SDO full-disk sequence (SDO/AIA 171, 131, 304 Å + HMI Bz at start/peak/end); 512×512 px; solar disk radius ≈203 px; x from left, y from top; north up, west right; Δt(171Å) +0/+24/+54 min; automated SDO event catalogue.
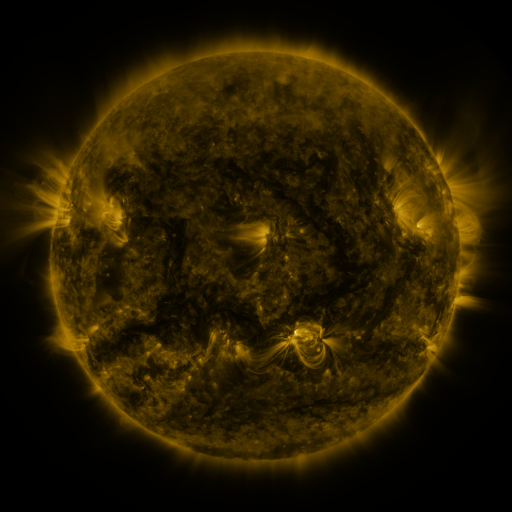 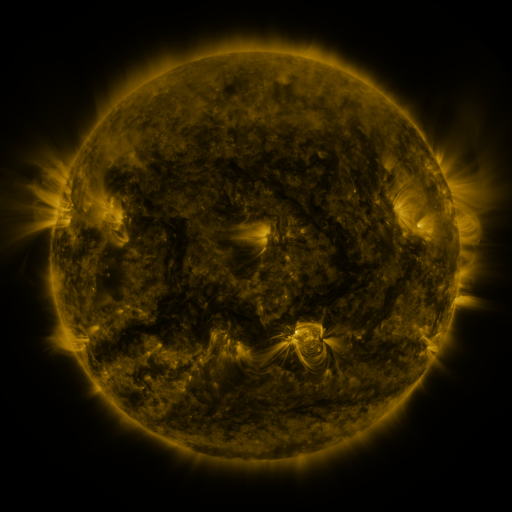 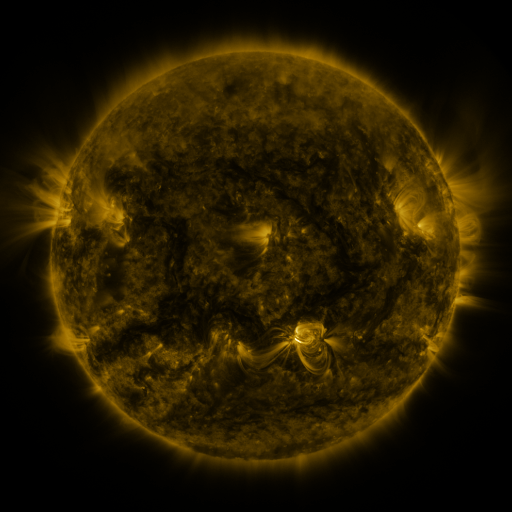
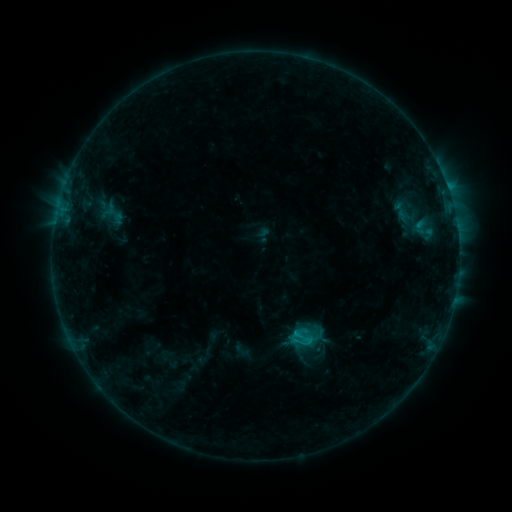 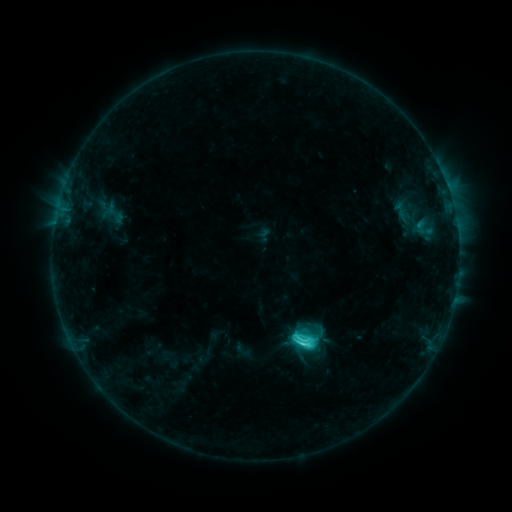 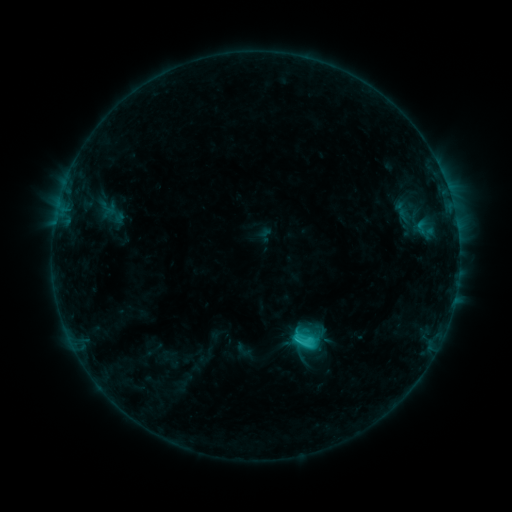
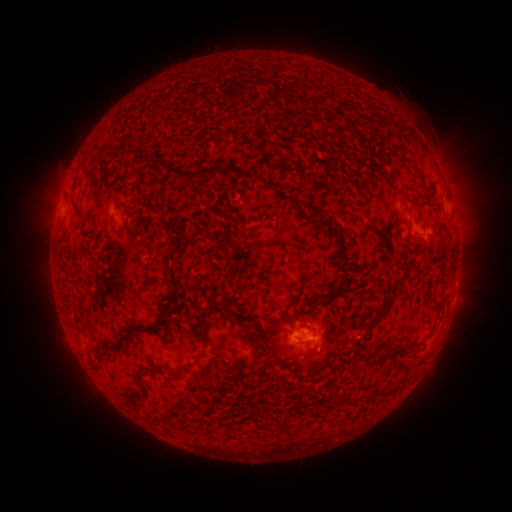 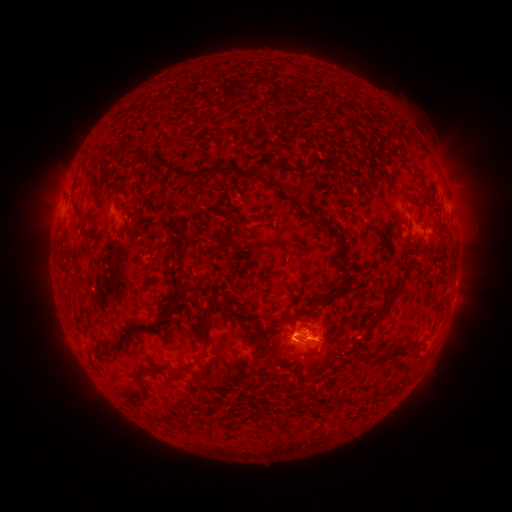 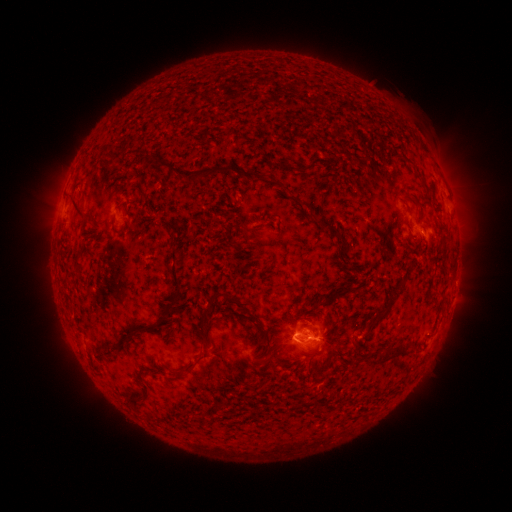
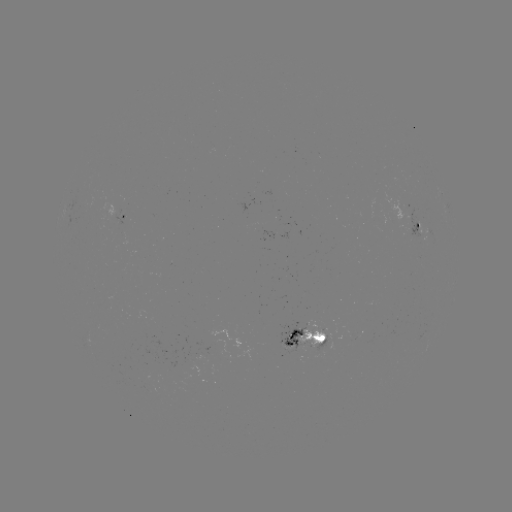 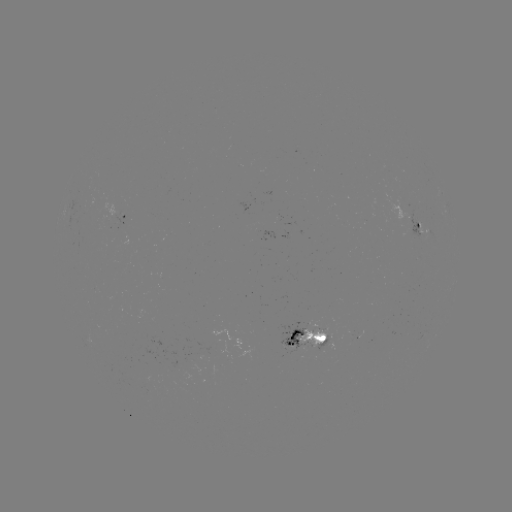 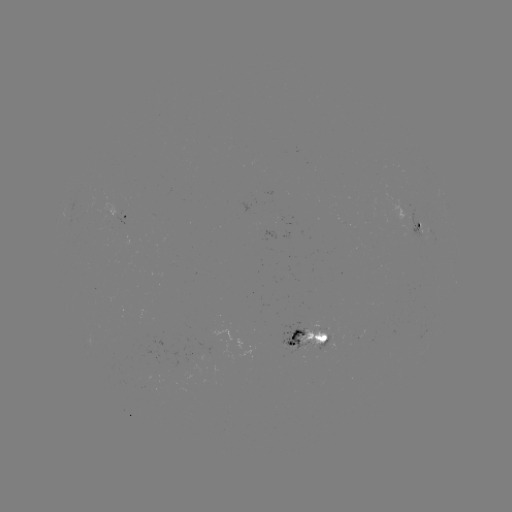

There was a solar flare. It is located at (302, 342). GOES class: C4.2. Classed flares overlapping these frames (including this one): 1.